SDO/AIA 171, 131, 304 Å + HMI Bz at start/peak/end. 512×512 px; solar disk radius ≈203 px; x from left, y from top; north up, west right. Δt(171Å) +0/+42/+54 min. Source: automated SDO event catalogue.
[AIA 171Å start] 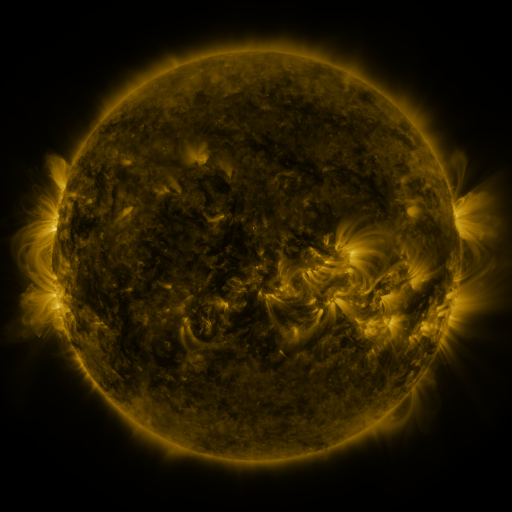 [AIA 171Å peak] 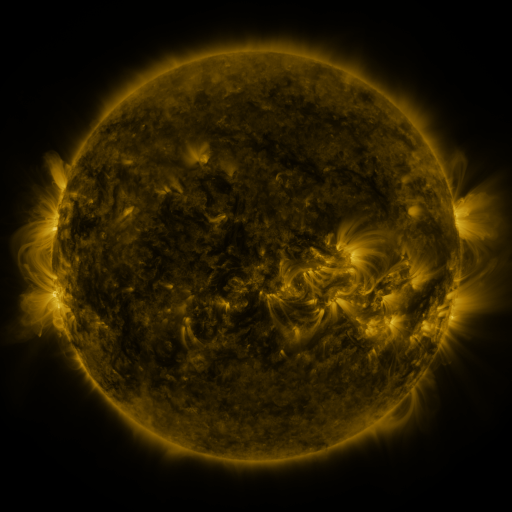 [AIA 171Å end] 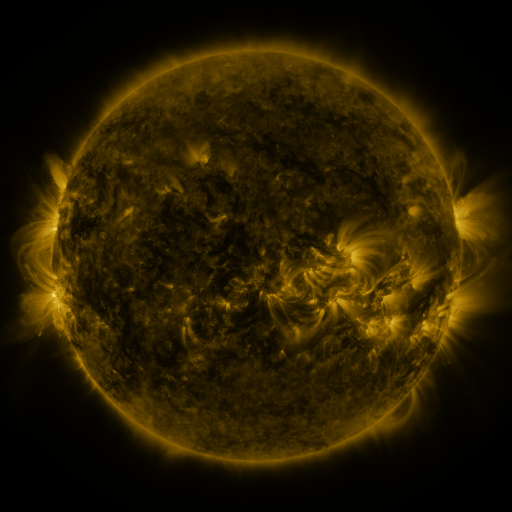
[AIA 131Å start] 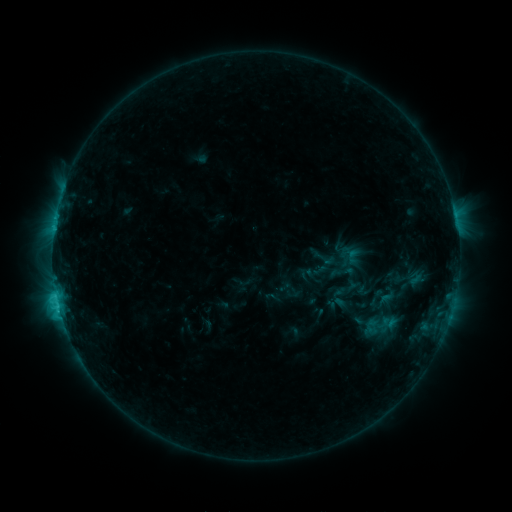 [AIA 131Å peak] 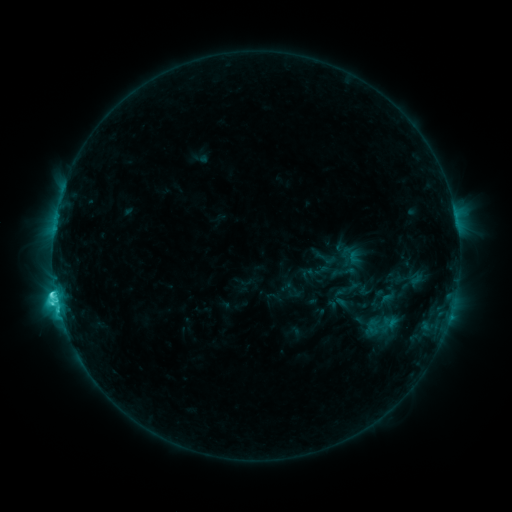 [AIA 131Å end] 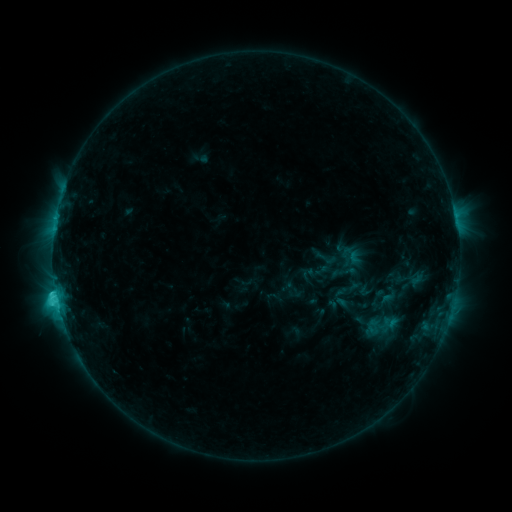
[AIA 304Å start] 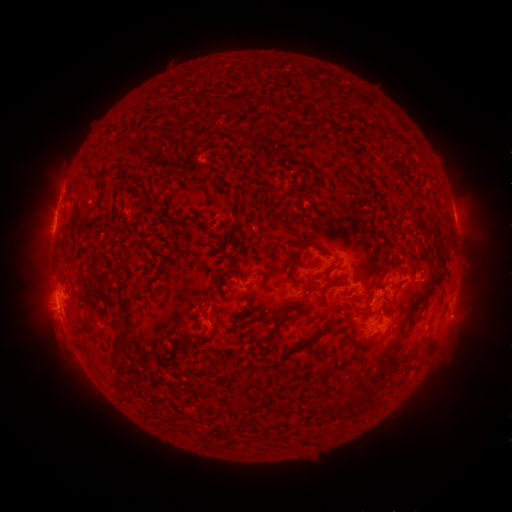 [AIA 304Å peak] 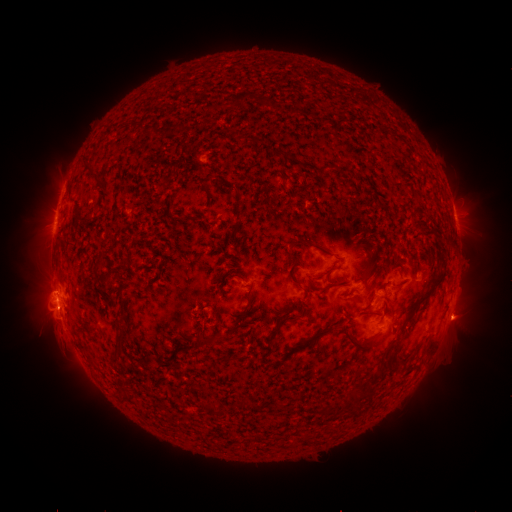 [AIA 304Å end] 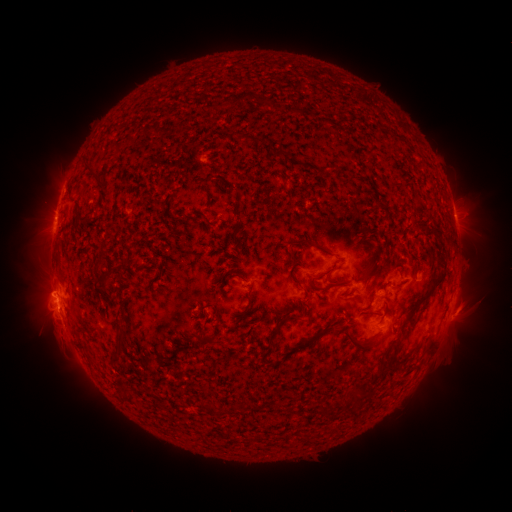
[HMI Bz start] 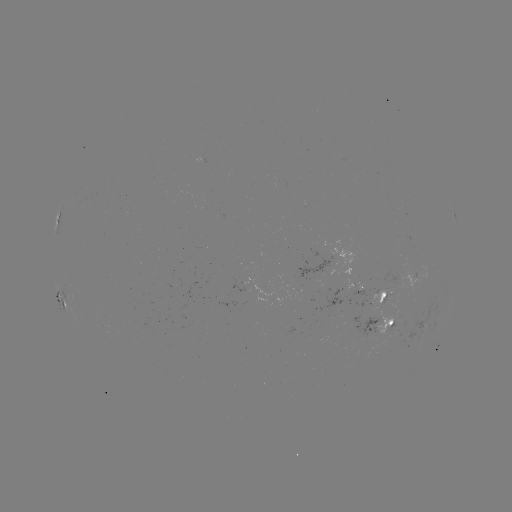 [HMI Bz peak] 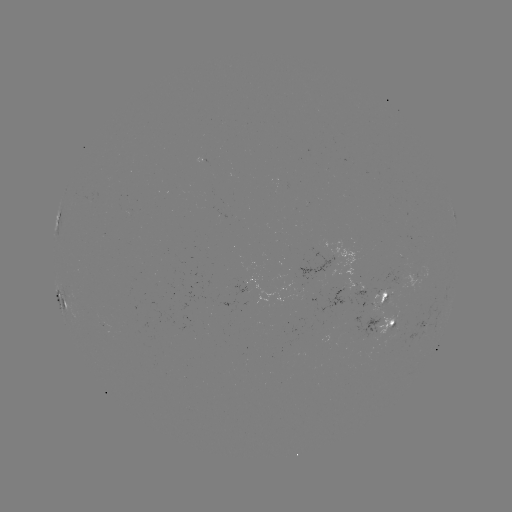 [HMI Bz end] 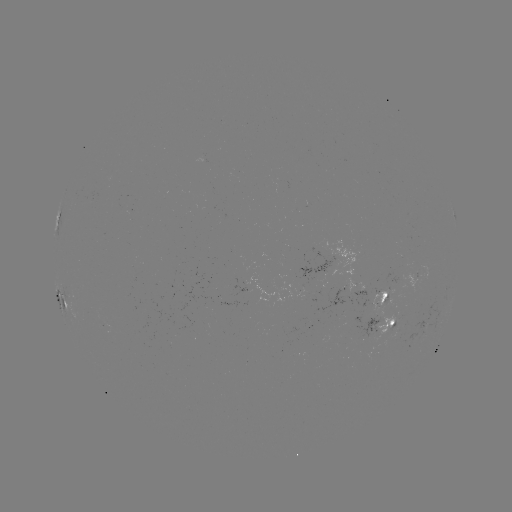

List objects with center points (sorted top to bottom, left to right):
C5.3 flare: (55, 290)
